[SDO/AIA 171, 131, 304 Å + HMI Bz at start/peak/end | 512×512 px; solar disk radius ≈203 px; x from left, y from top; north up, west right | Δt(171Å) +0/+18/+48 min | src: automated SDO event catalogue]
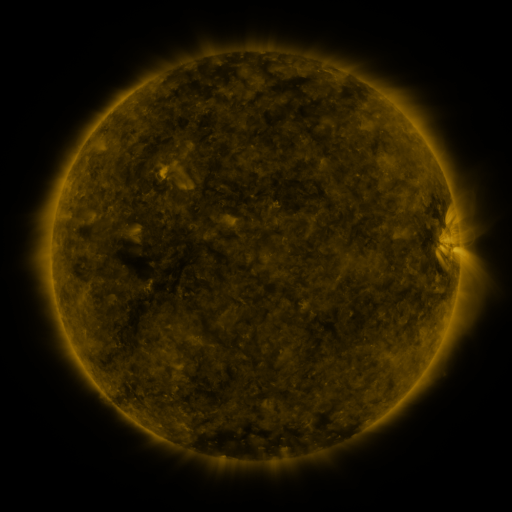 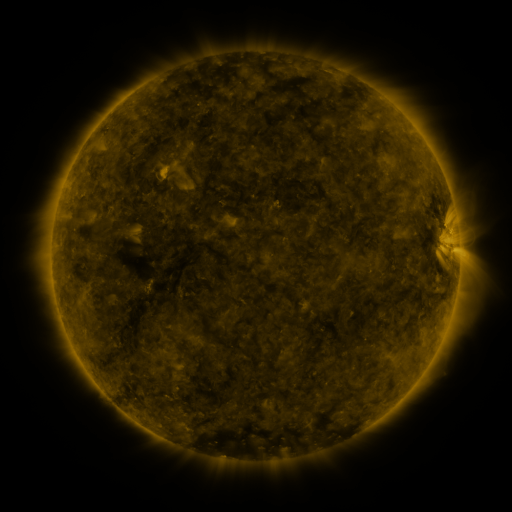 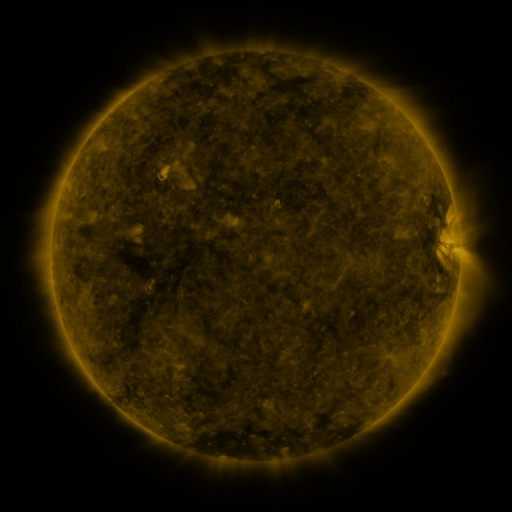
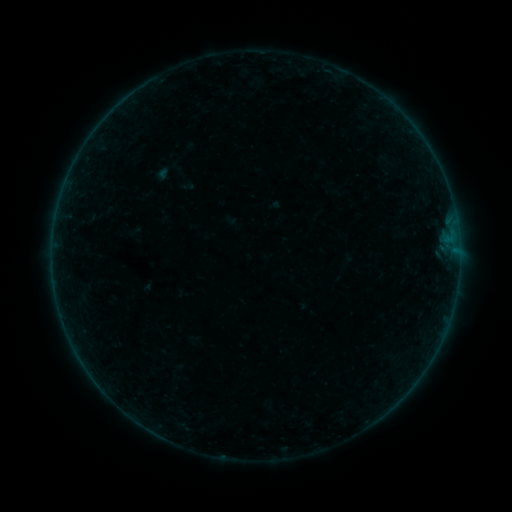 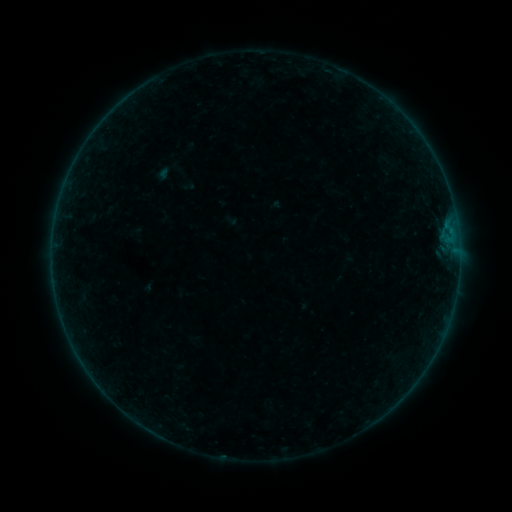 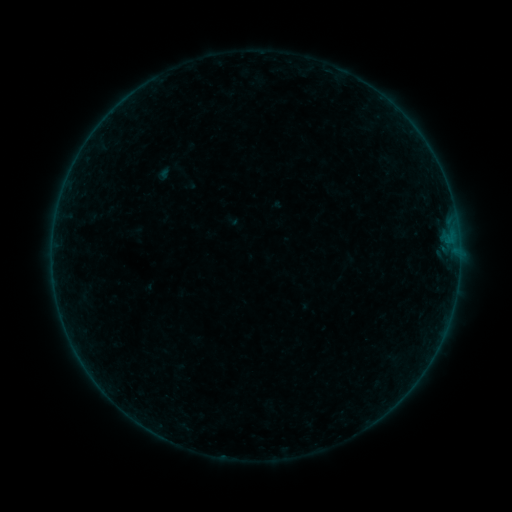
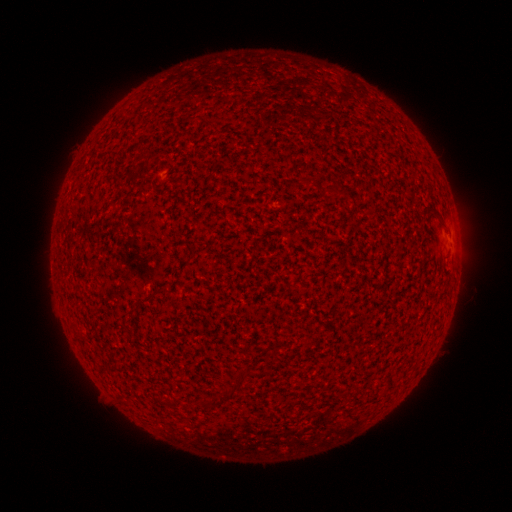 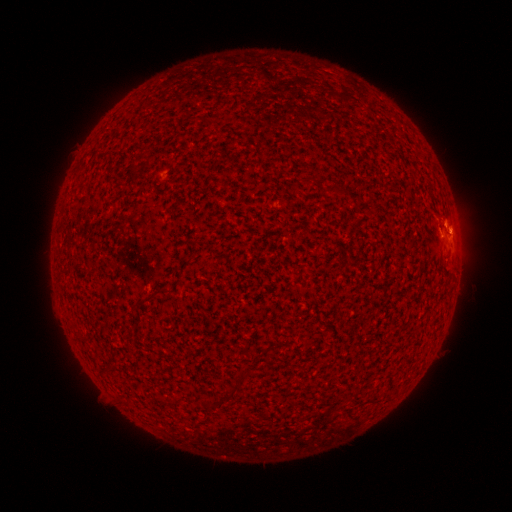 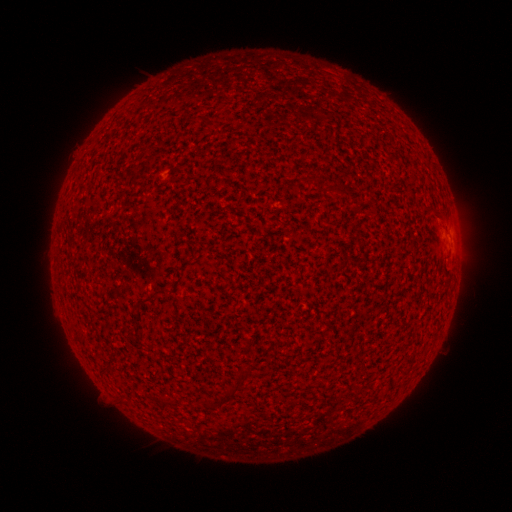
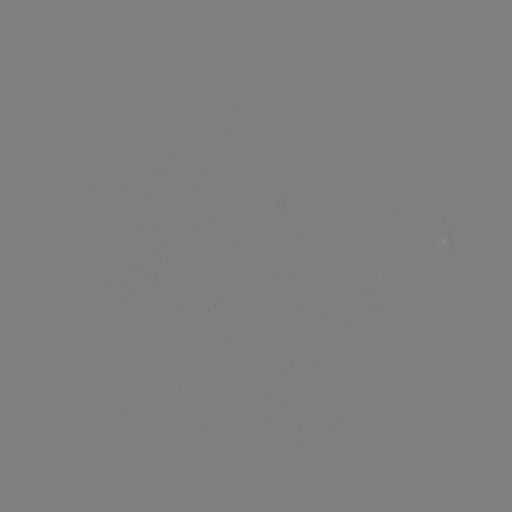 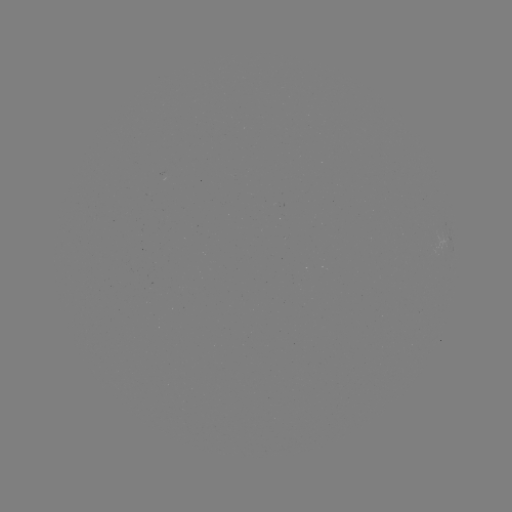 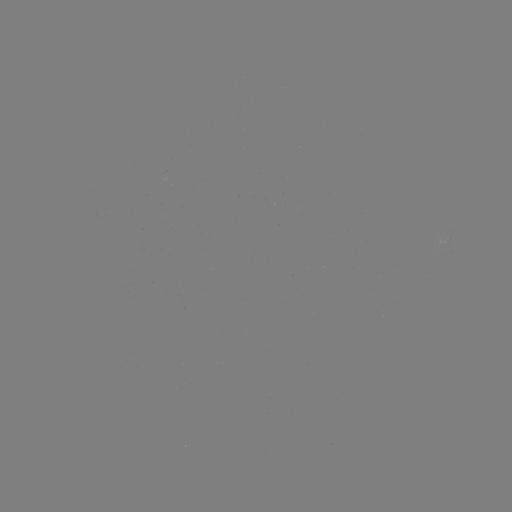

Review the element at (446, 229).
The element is B1.1 flare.